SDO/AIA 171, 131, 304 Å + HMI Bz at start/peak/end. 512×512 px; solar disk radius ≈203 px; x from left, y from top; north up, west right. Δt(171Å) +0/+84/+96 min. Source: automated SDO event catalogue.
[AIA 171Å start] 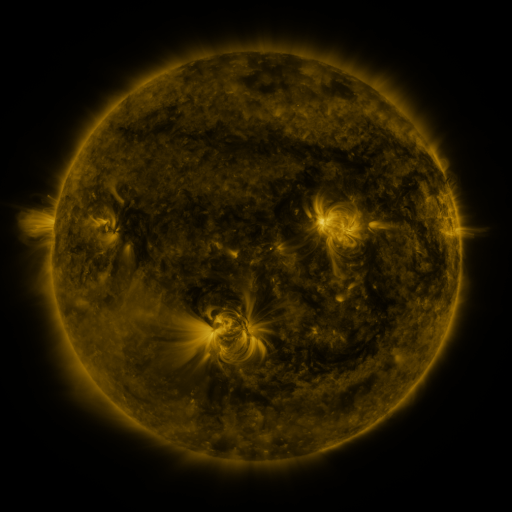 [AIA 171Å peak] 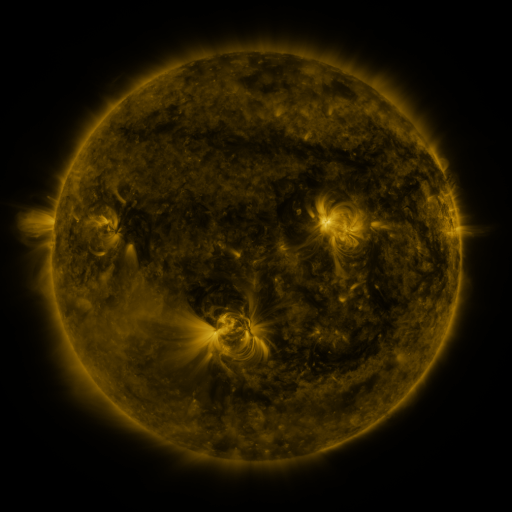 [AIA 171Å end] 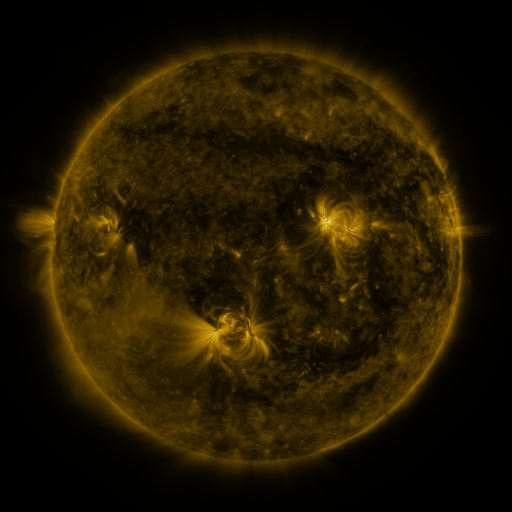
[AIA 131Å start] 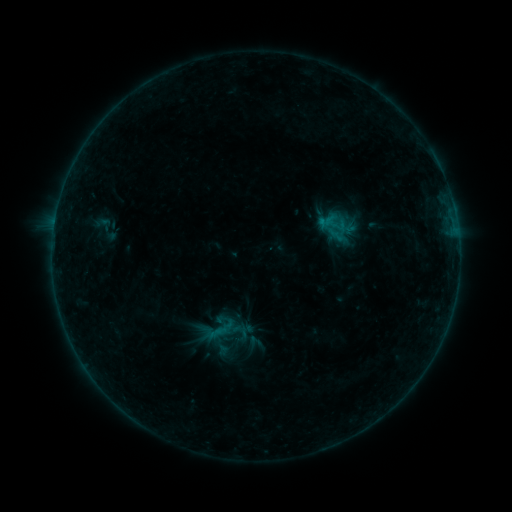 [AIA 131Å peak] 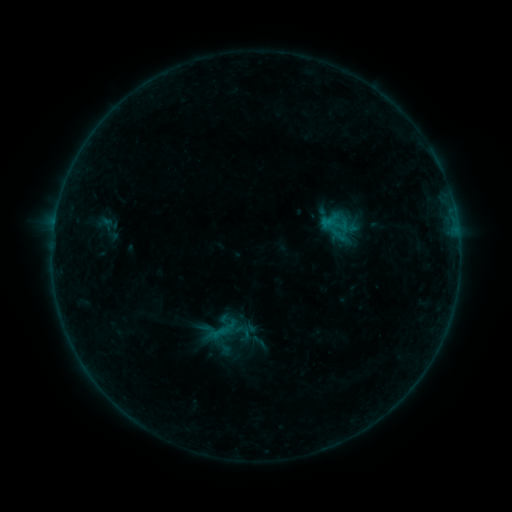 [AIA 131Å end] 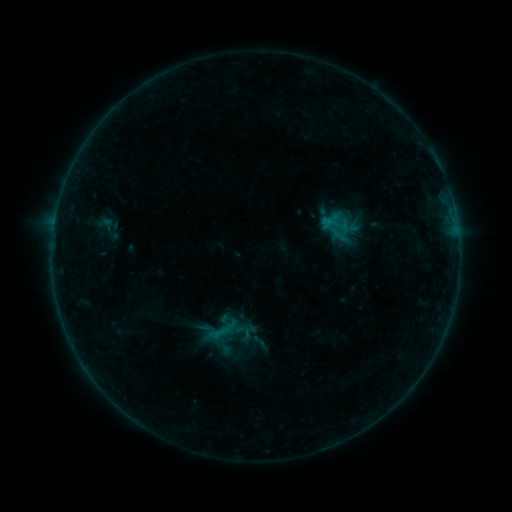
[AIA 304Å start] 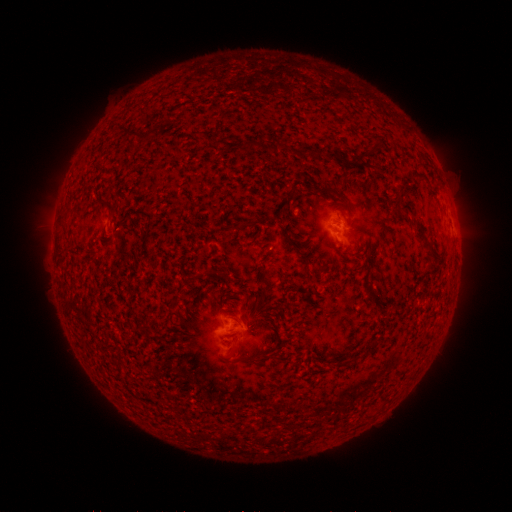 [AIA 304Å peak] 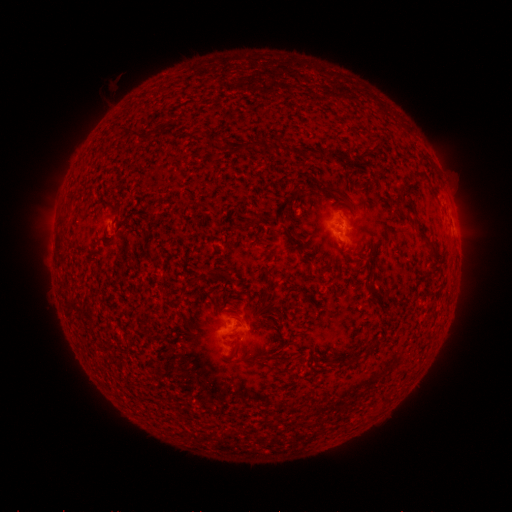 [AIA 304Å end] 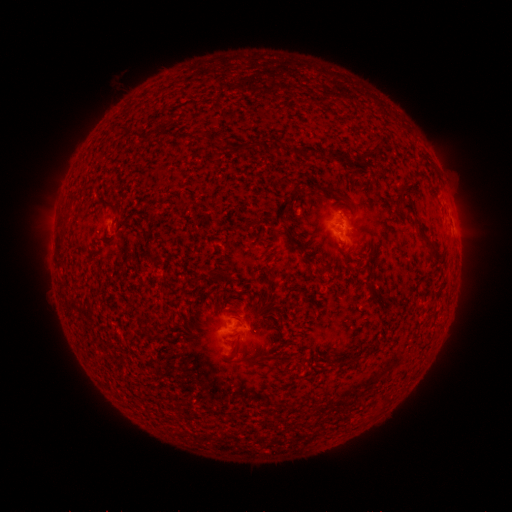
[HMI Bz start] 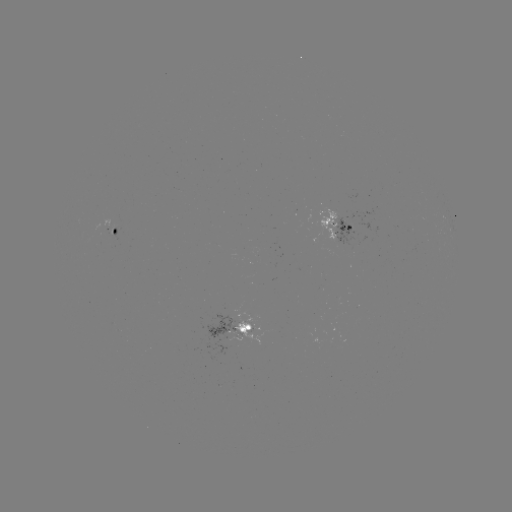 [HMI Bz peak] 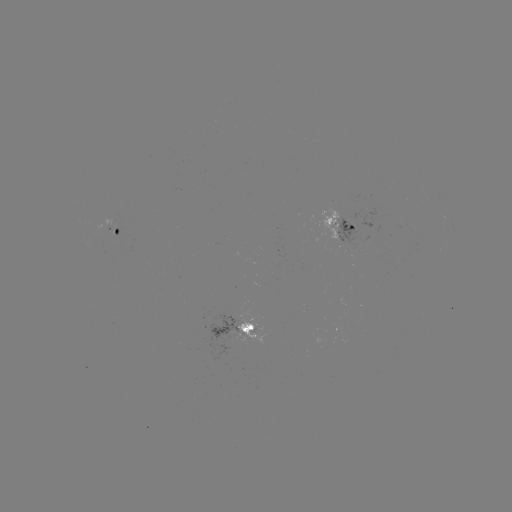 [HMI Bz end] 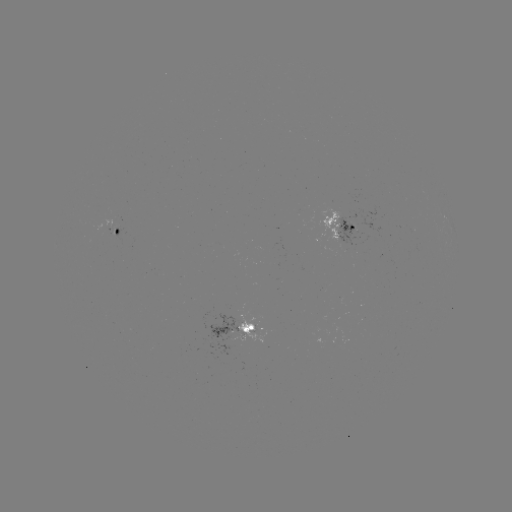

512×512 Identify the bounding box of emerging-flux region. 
[110, 224, 115, 236].